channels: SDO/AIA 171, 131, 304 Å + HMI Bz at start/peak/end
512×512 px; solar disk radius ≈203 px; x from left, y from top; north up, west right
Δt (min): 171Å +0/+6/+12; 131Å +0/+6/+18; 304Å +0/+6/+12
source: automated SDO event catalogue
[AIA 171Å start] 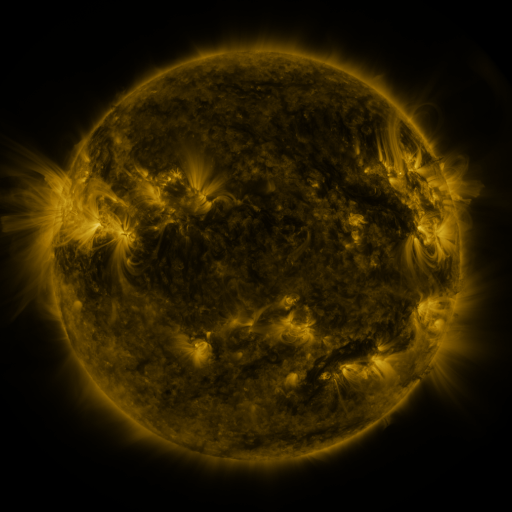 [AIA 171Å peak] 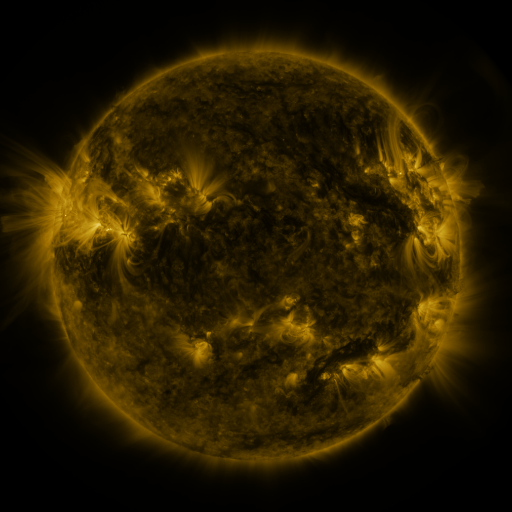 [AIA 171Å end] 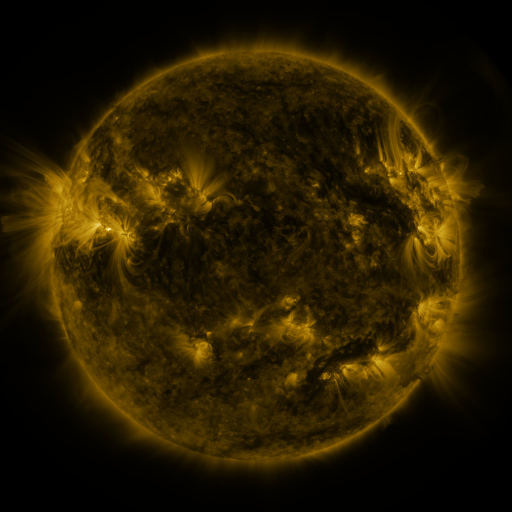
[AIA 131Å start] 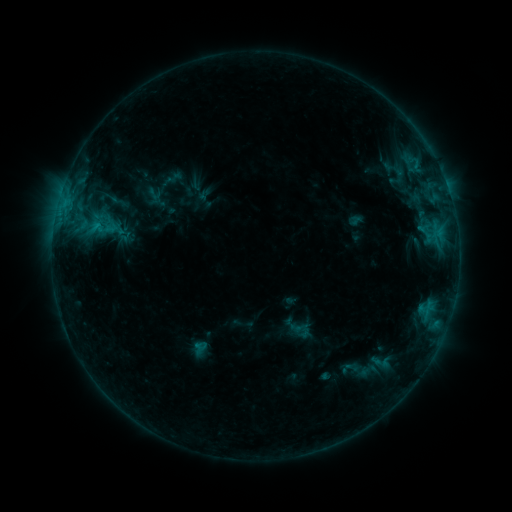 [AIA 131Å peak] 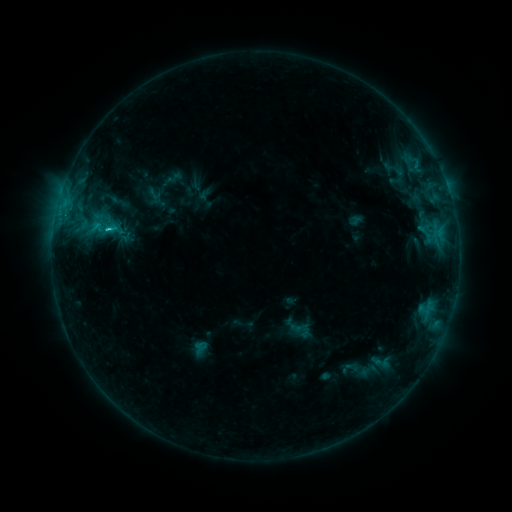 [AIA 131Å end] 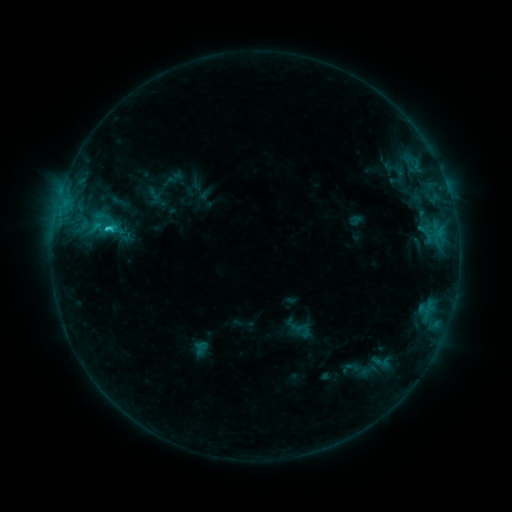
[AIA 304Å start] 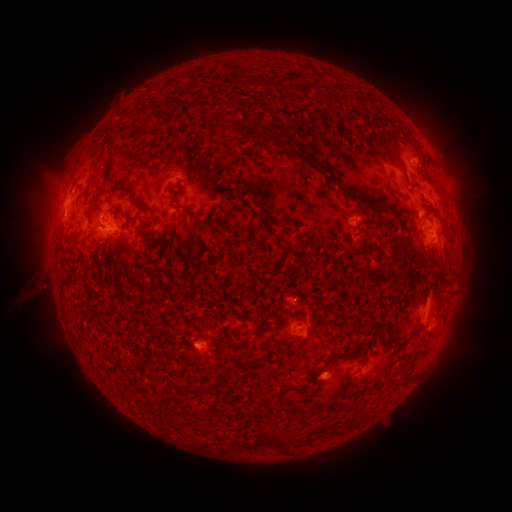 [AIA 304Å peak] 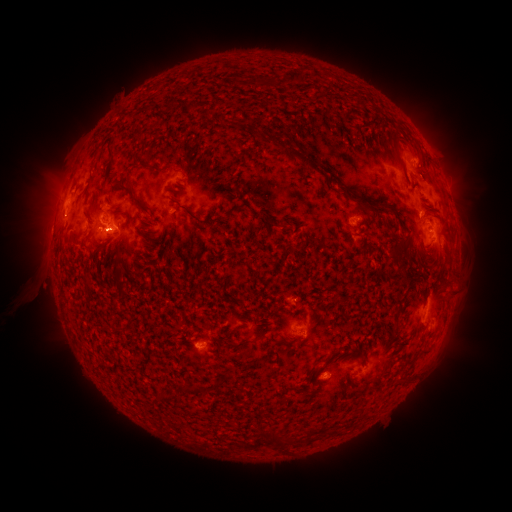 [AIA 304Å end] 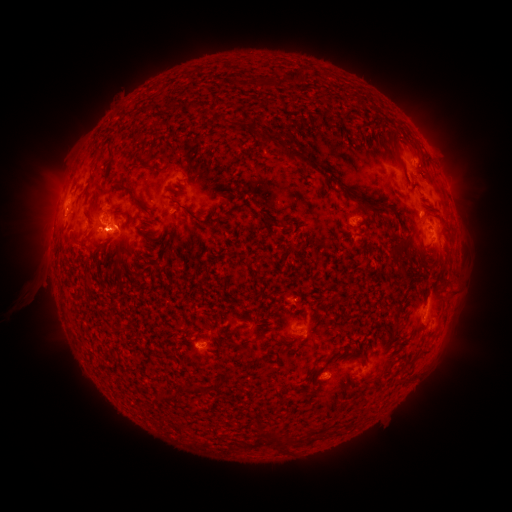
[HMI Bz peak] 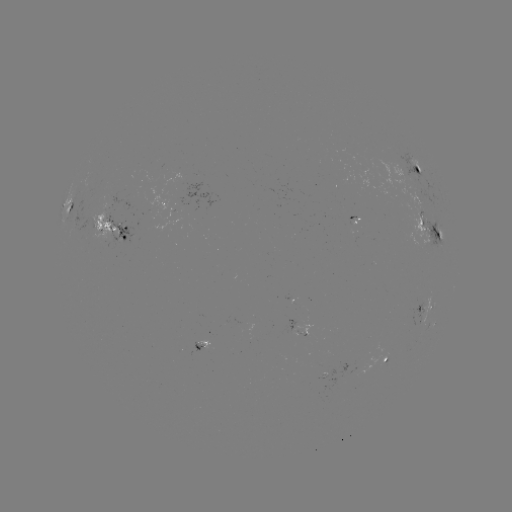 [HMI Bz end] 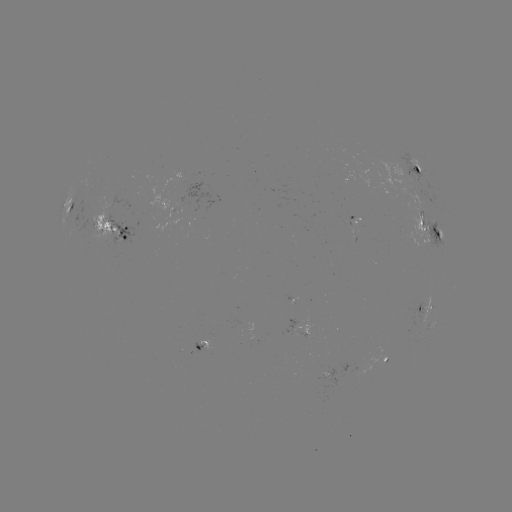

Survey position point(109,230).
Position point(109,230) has C5.4 flare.